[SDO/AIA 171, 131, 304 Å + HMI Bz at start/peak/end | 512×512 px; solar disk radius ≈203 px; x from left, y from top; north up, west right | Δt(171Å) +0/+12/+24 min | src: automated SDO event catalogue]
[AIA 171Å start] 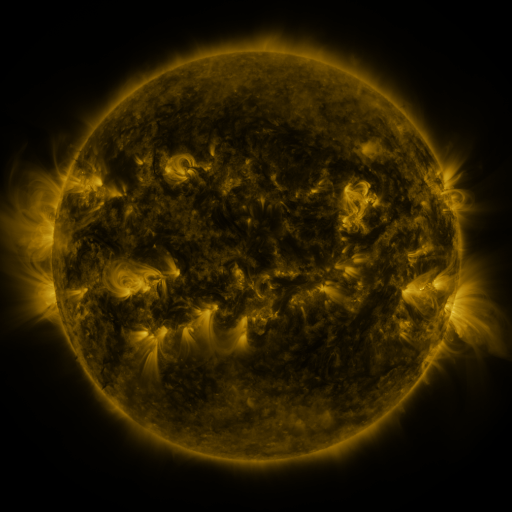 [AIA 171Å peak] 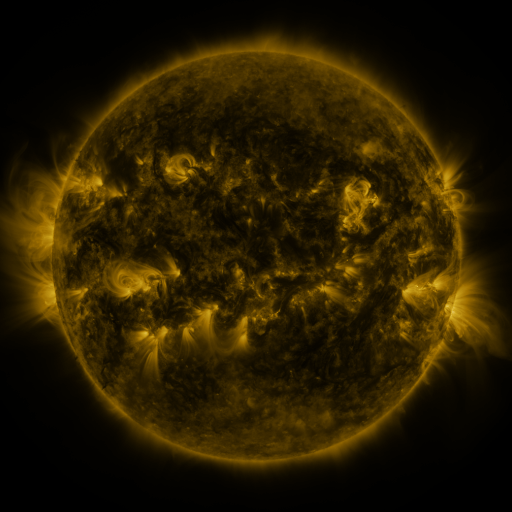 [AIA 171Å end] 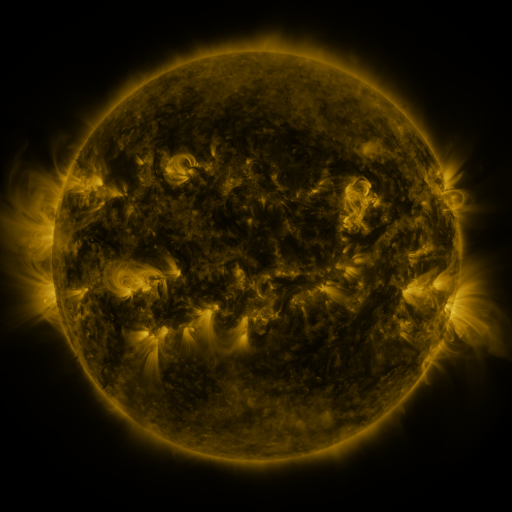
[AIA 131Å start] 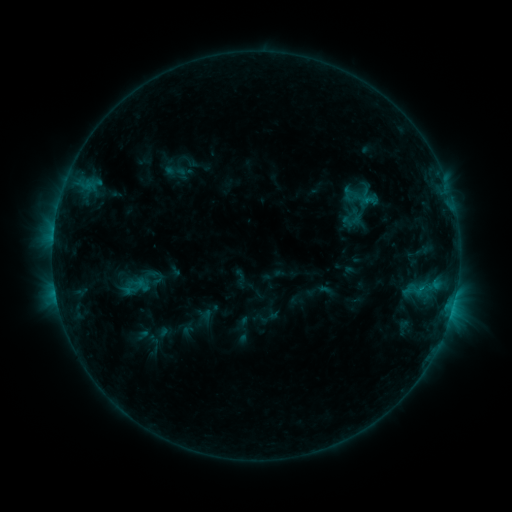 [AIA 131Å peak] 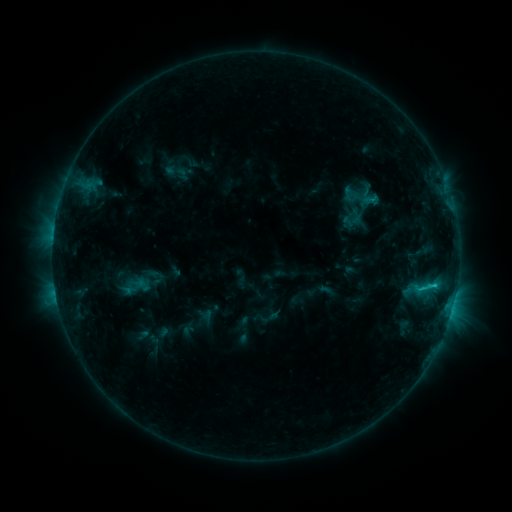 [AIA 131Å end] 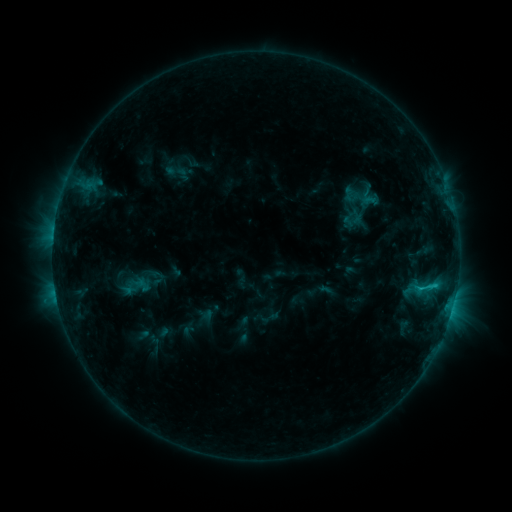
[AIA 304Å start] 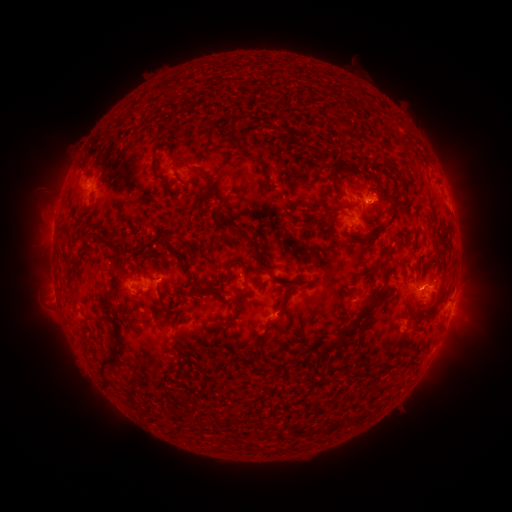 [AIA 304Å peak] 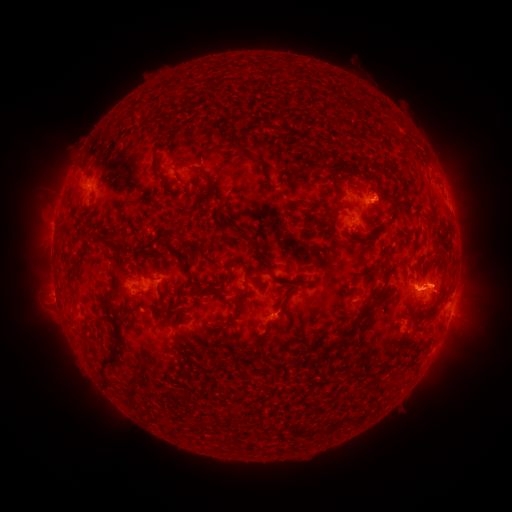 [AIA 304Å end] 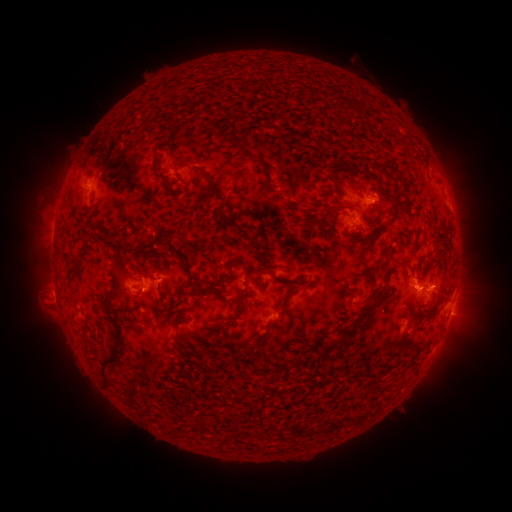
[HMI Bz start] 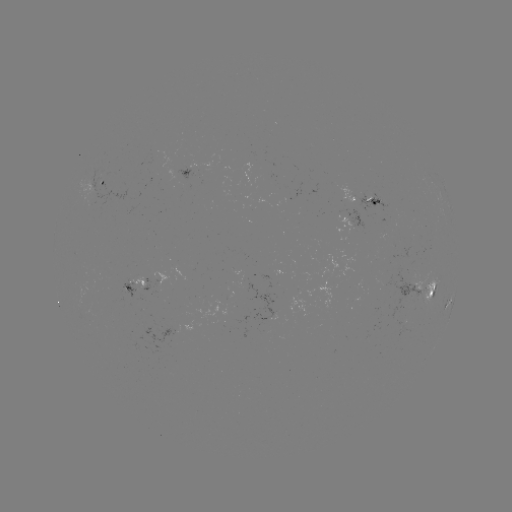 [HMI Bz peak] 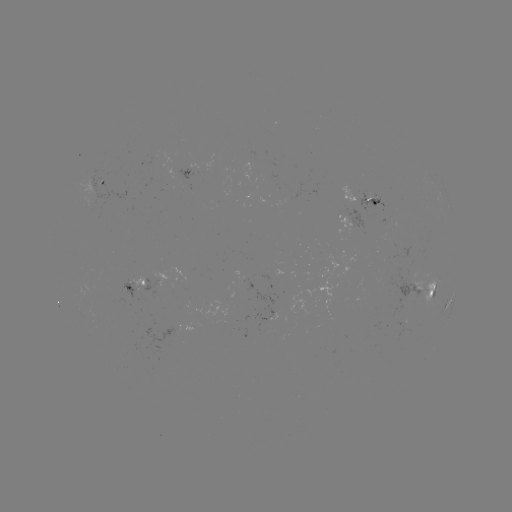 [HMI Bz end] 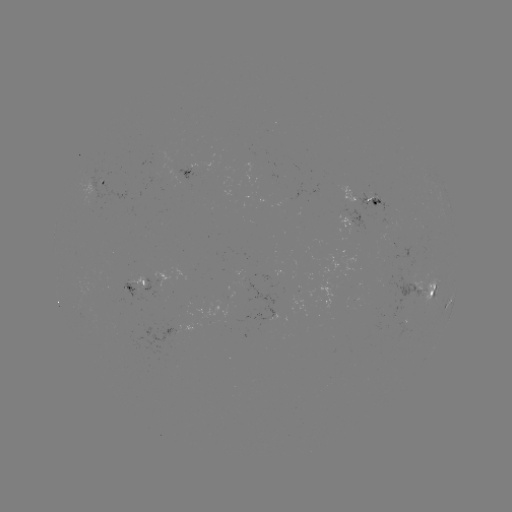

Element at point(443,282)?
eruption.